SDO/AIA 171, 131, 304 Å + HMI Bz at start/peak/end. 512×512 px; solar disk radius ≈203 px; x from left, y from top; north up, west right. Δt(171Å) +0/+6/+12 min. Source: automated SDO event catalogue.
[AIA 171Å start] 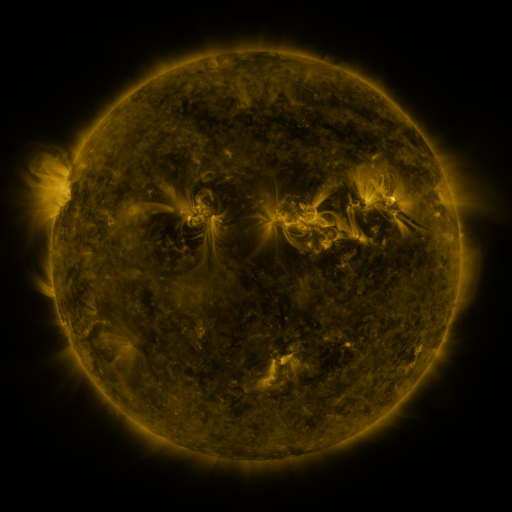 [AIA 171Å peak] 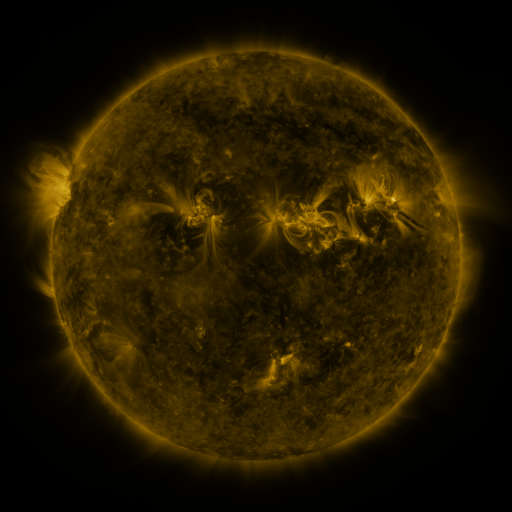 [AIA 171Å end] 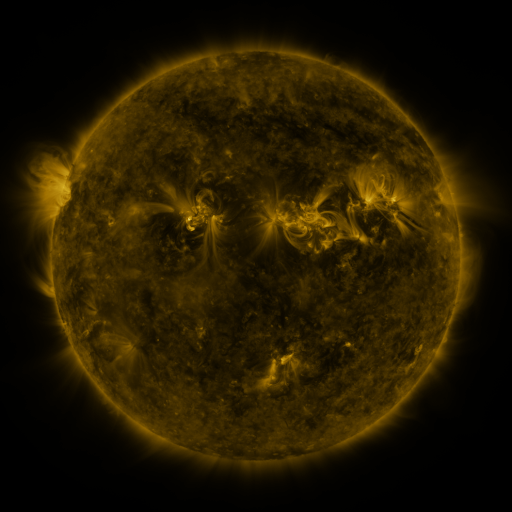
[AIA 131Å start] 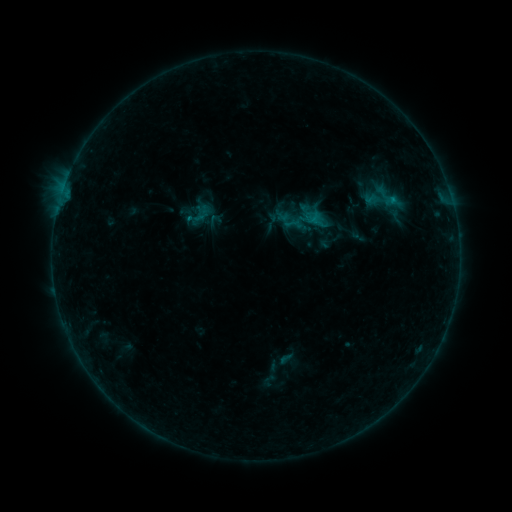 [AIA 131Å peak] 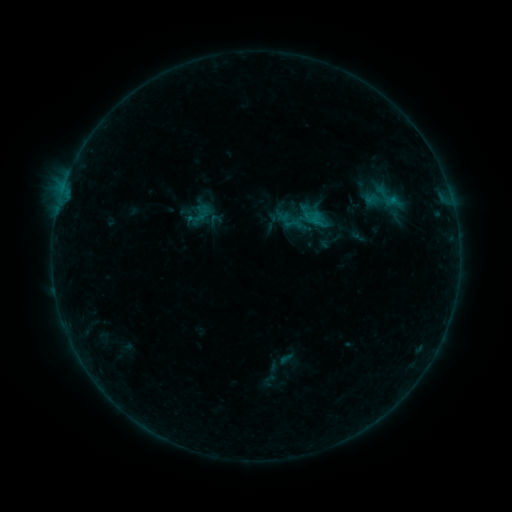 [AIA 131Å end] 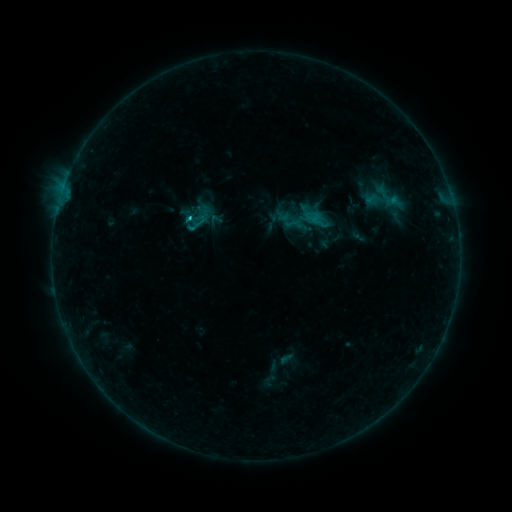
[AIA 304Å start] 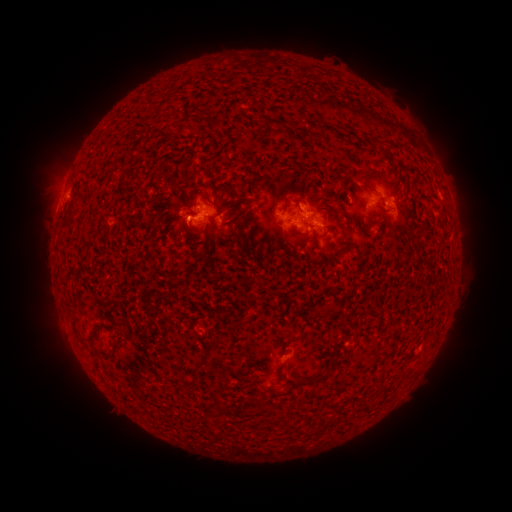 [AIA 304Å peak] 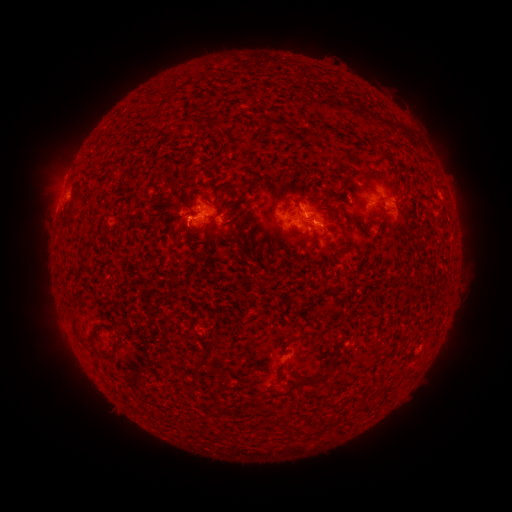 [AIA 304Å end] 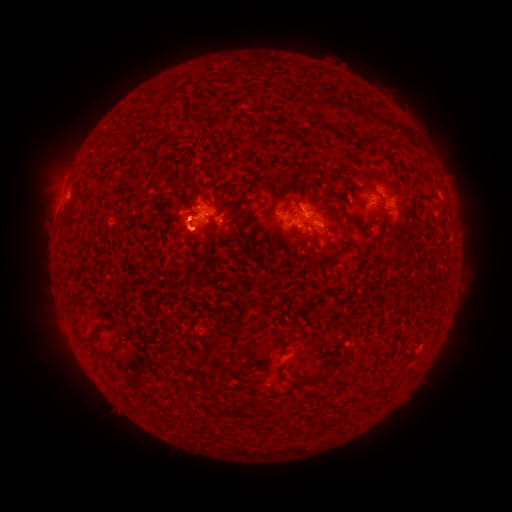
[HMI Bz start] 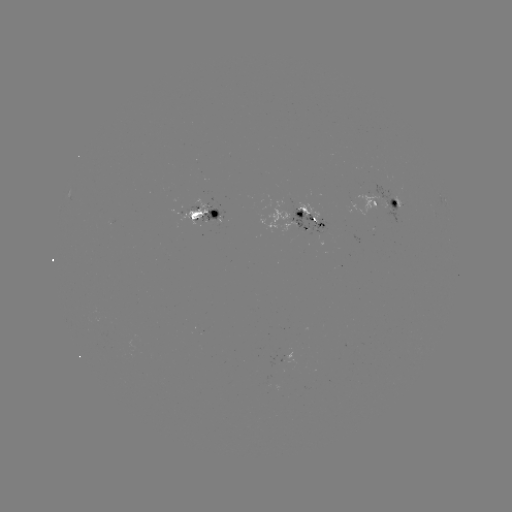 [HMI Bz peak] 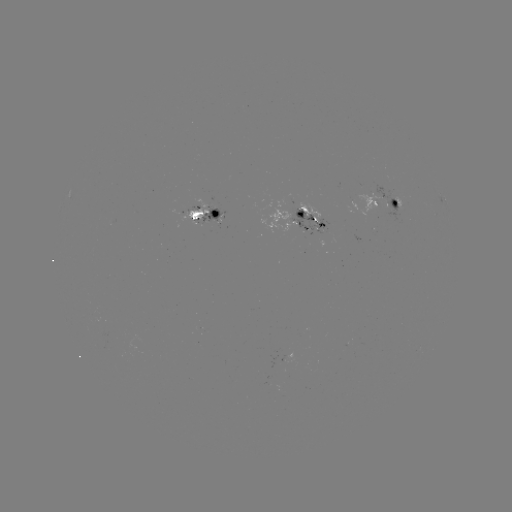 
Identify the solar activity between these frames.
C2.0 flare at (195, 222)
